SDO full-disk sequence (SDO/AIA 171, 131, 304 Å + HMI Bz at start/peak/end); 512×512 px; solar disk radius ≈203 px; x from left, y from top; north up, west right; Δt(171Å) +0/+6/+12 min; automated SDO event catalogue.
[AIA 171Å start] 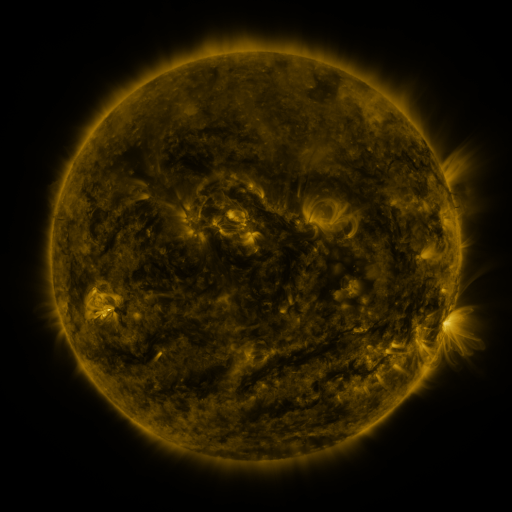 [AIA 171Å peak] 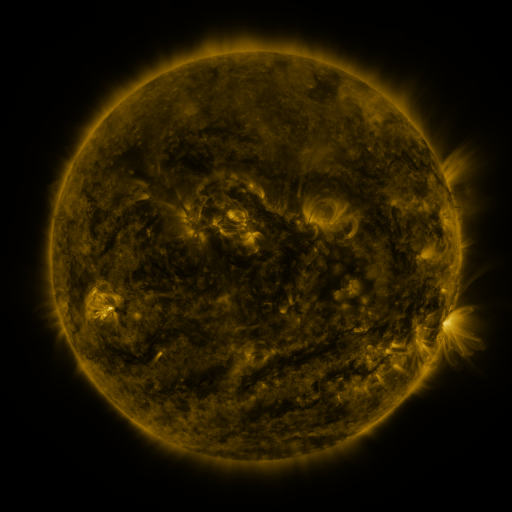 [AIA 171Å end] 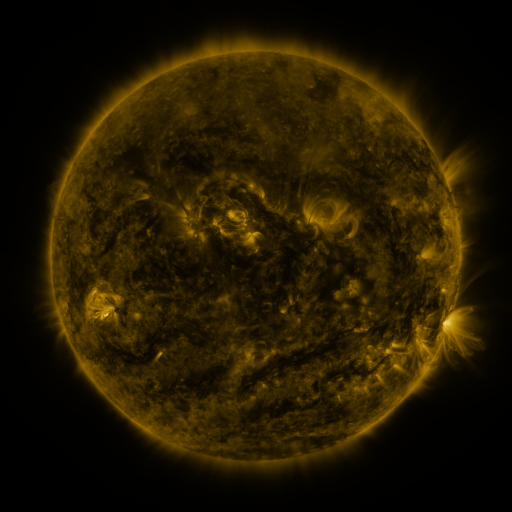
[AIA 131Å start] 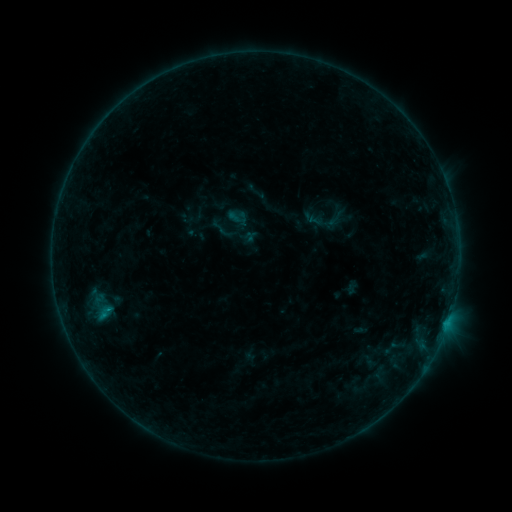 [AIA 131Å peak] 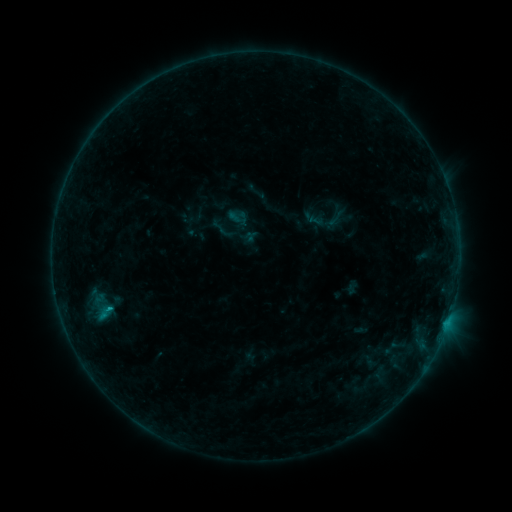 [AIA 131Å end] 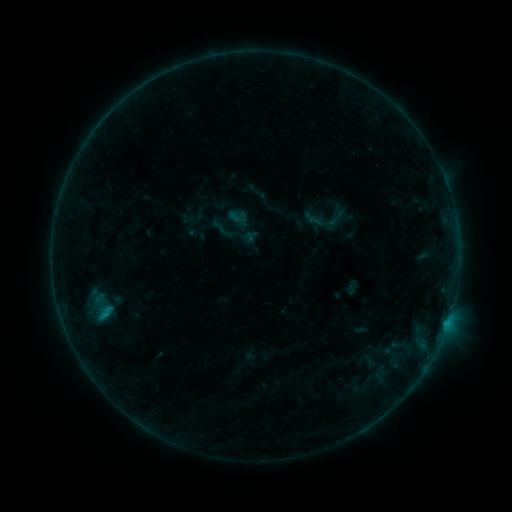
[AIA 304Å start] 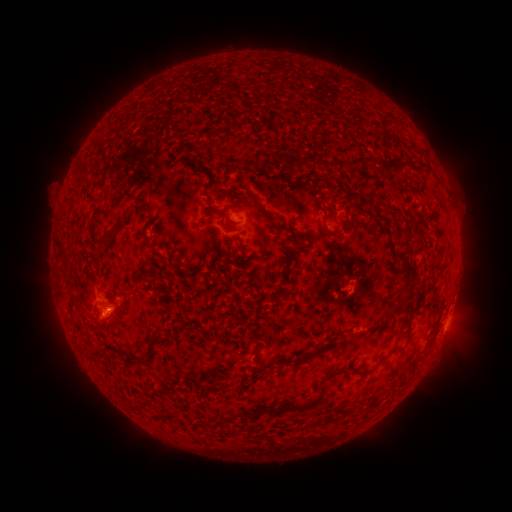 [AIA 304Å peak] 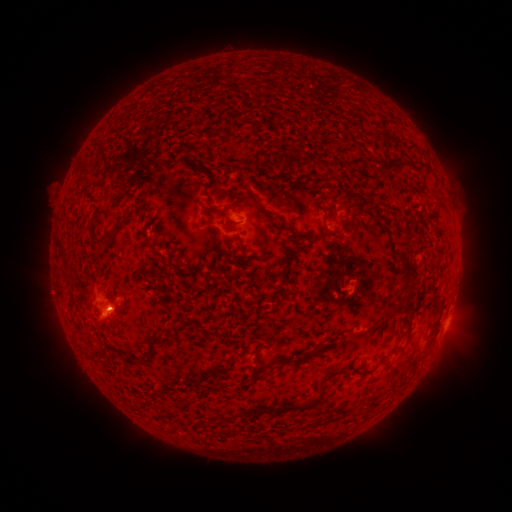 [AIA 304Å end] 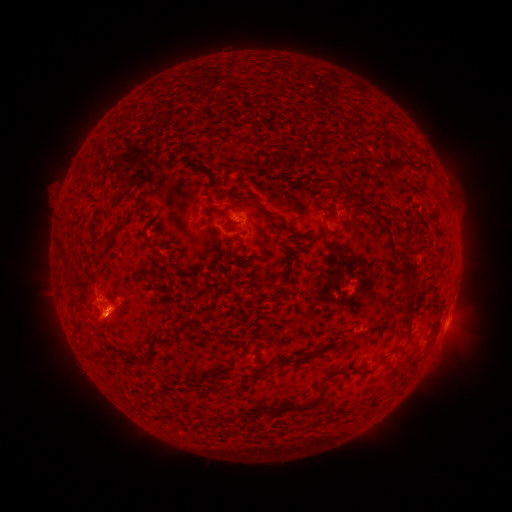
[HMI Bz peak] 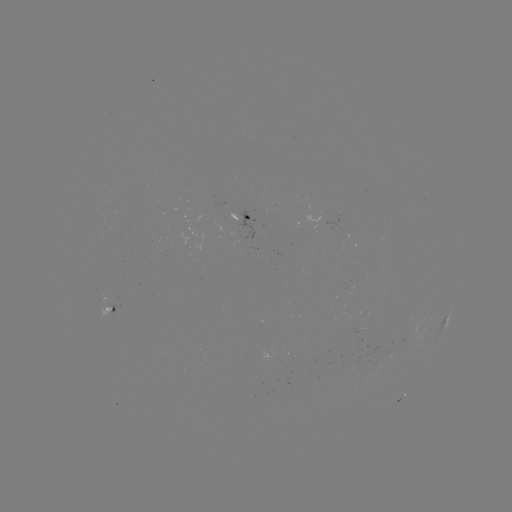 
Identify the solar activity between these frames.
B5.2 flare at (111, 307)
